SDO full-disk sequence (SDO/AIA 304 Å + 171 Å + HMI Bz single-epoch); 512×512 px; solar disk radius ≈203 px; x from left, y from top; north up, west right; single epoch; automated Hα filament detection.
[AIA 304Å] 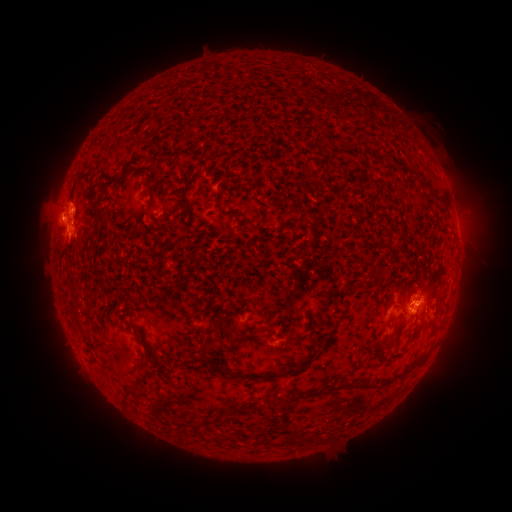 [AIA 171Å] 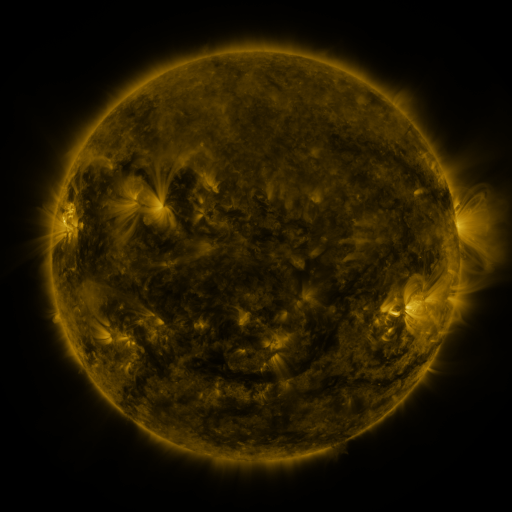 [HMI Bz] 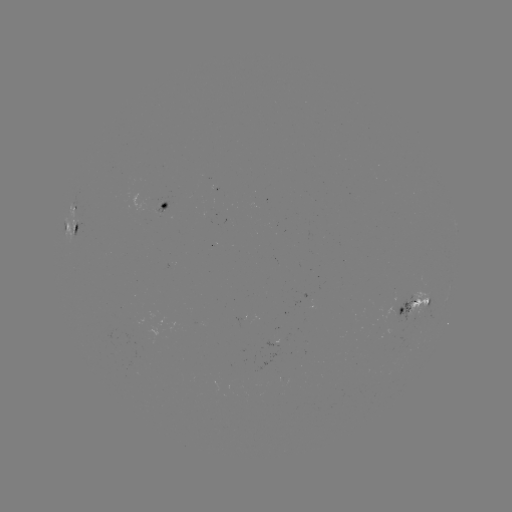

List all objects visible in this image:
filament: (405, 129)
filament: (432, 189)
filament: (149, 192)
filament: (187, 204)
filament: (101, 221)
filament: (75, 243)
filament: (75, 309)
filament: (390, 341)
filament: (208, 342)
filament: (417, 363)
filament: (143, 364)
filament: (224, 370)
filament: (283, 373)
filament: (336, 388)
filament: (199, 431)
filament: (321, 438)
filament: (290, 439)
filament: (312, 439)
